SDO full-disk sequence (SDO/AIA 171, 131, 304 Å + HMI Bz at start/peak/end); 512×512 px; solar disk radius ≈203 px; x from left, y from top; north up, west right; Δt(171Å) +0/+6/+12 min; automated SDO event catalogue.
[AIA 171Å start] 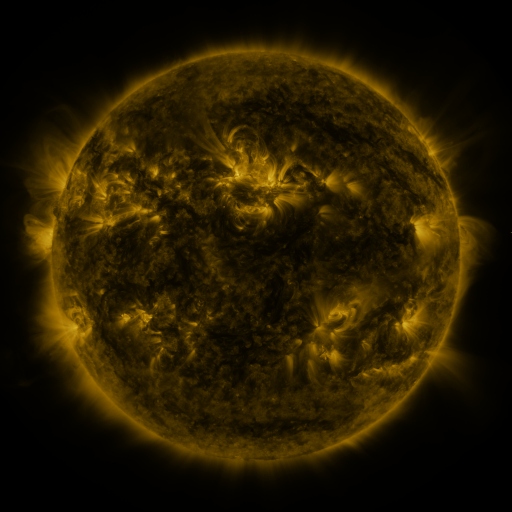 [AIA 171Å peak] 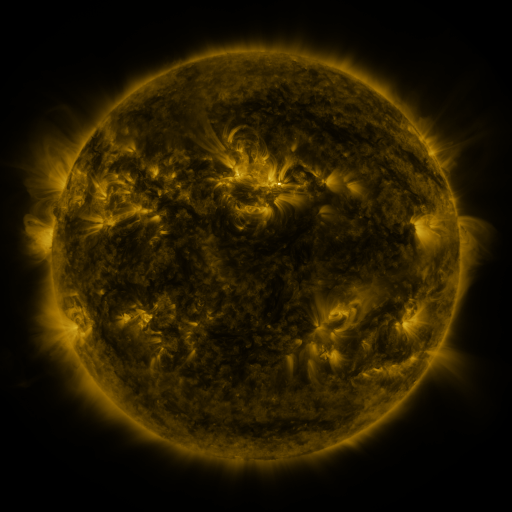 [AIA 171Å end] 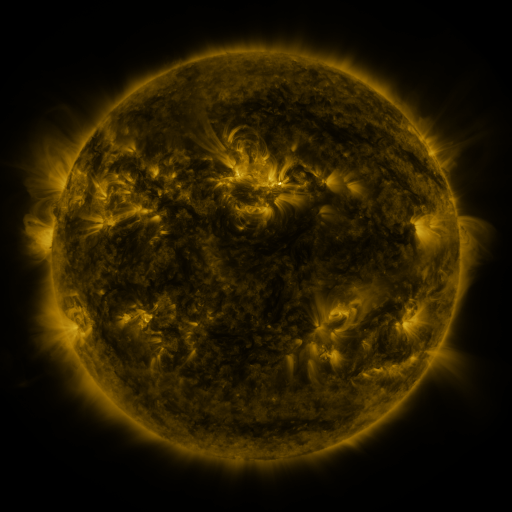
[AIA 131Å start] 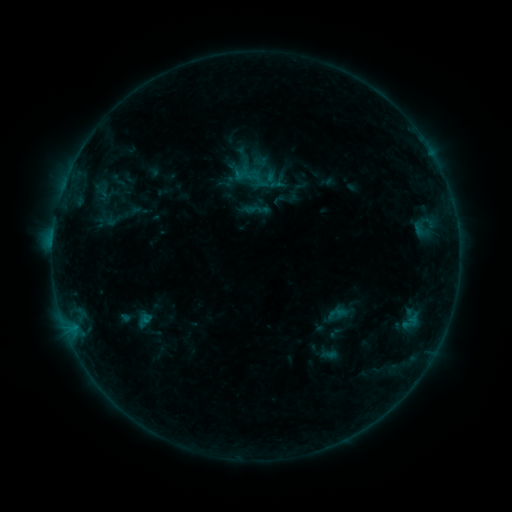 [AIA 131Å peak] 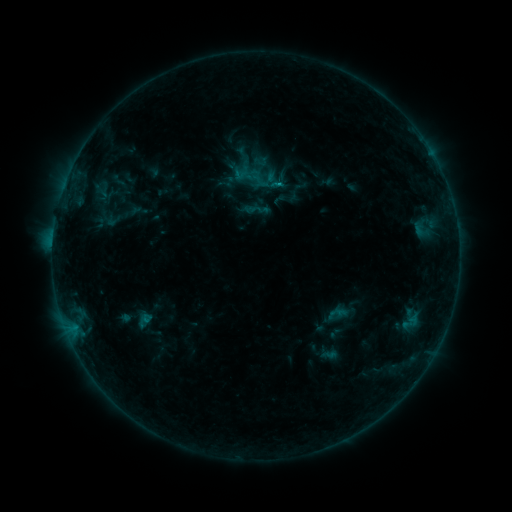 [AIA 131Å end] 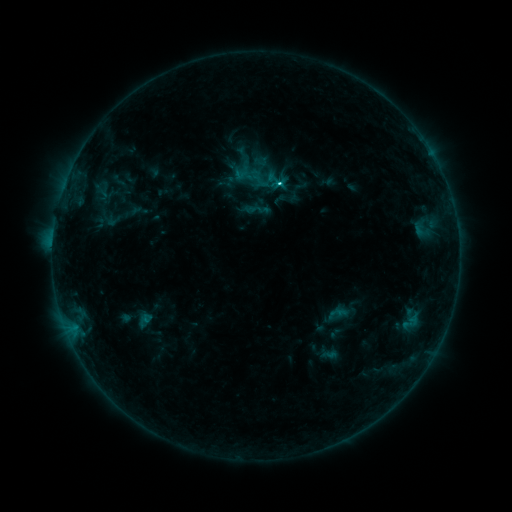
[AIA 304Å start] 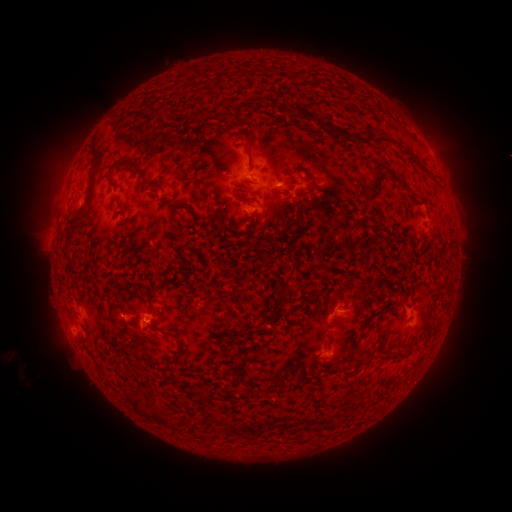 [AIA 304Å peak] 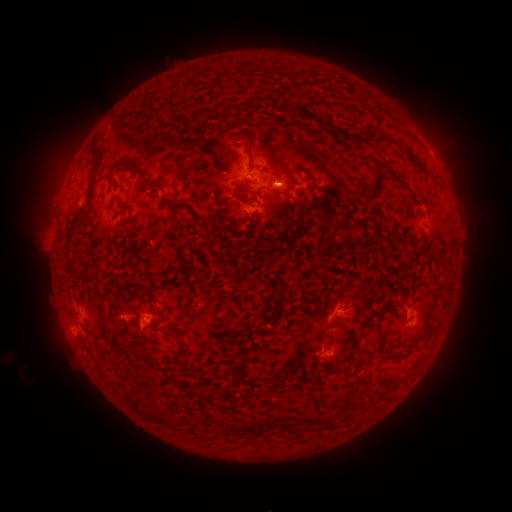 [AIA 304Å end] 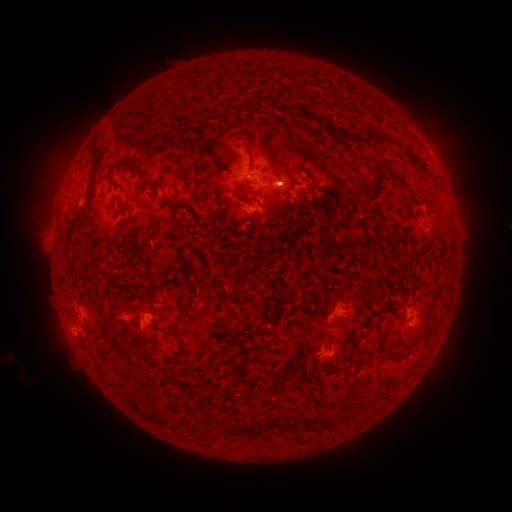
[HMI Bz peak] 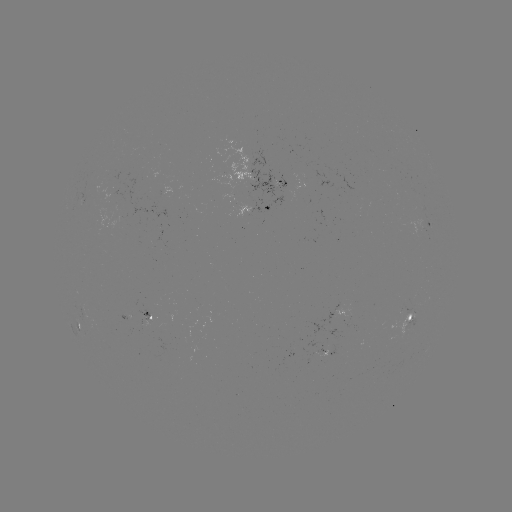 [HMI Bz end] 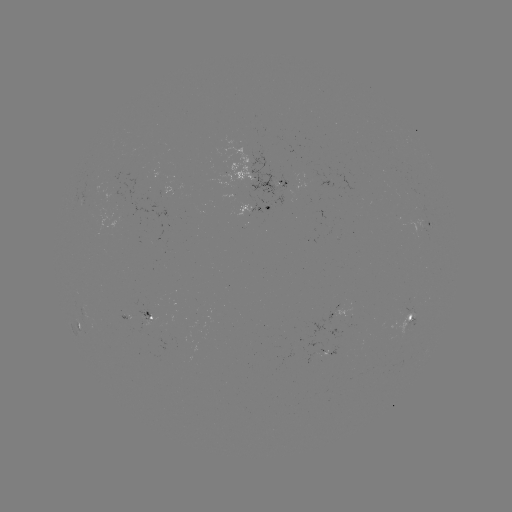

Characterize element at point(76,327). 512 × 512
C1.8 flare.